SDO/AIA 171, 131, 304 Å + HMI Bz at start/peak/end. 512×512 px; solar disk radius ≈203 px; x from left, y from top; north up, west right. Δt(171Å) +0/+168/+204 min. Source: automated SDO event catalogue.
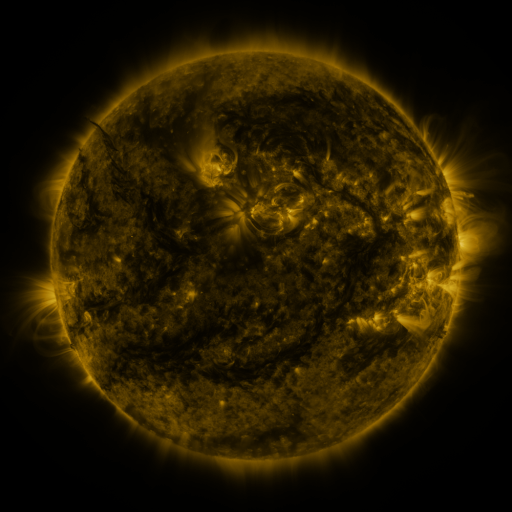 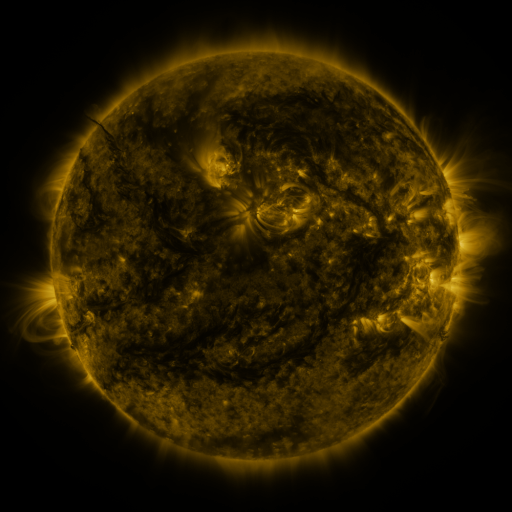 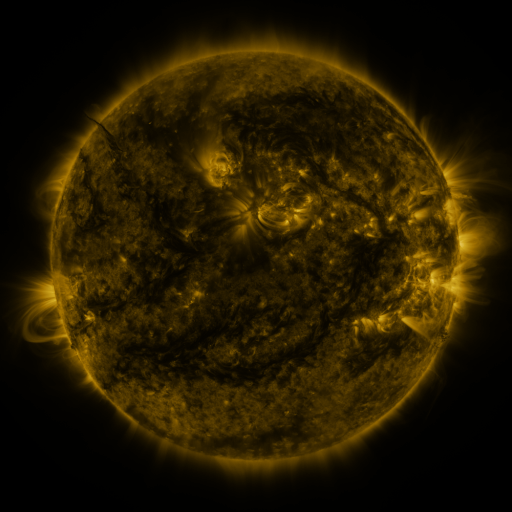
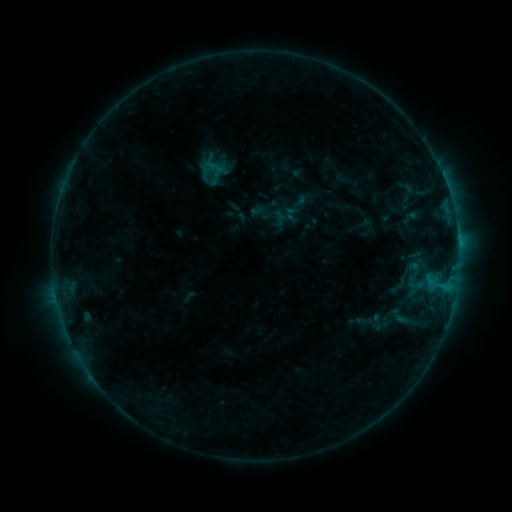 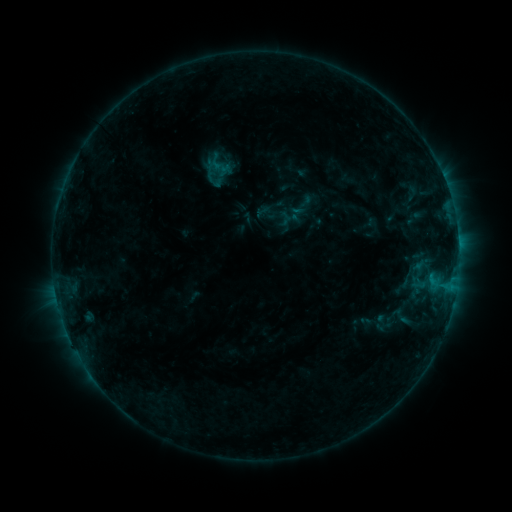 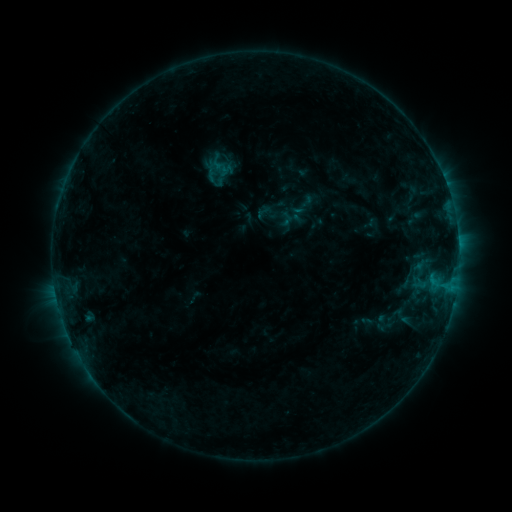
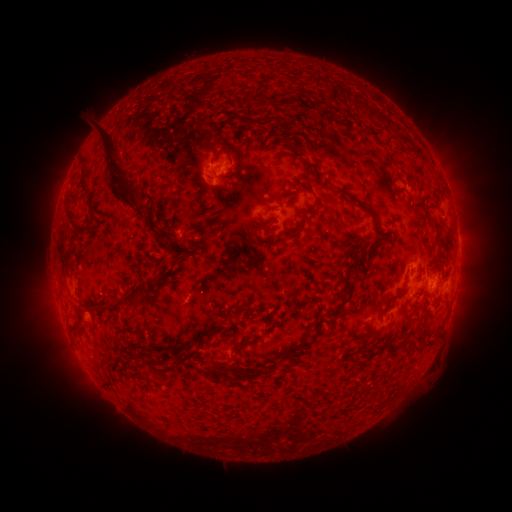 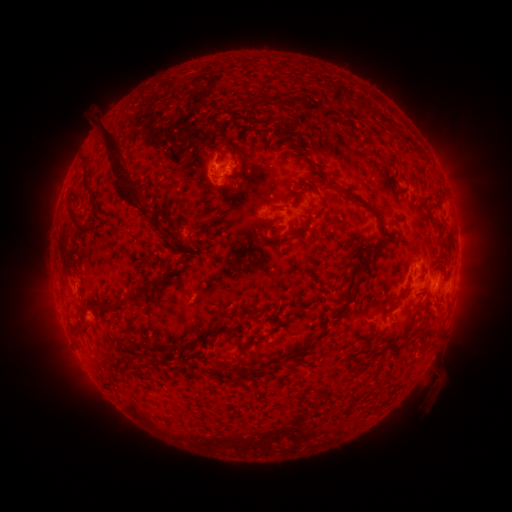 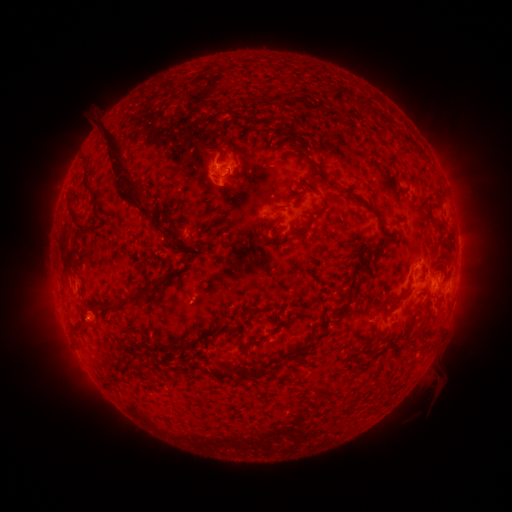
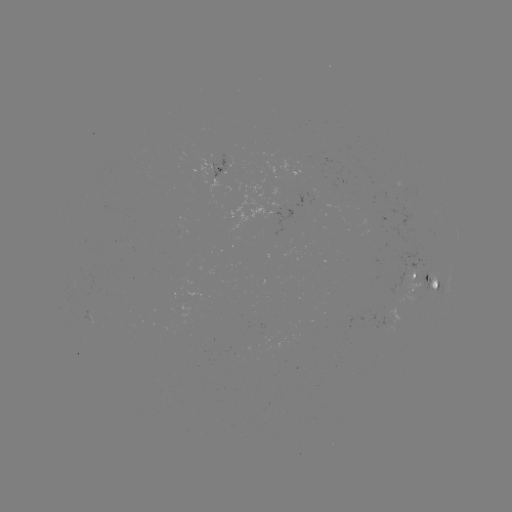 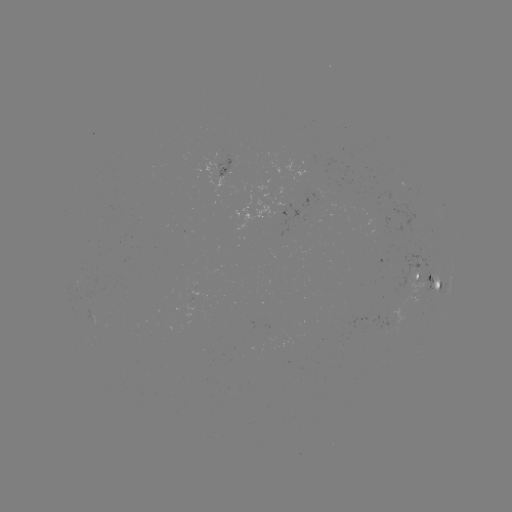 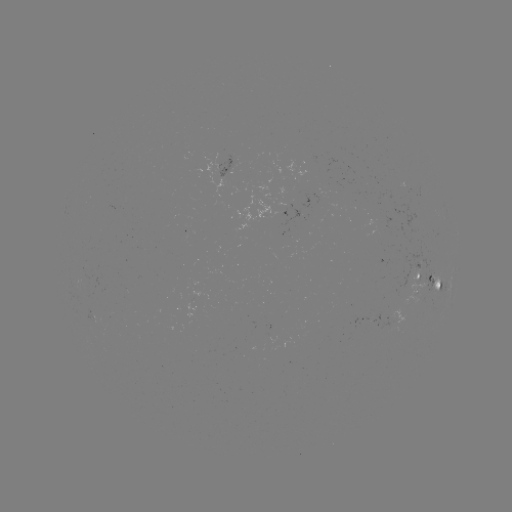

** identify emerging-flux region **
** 375,321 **